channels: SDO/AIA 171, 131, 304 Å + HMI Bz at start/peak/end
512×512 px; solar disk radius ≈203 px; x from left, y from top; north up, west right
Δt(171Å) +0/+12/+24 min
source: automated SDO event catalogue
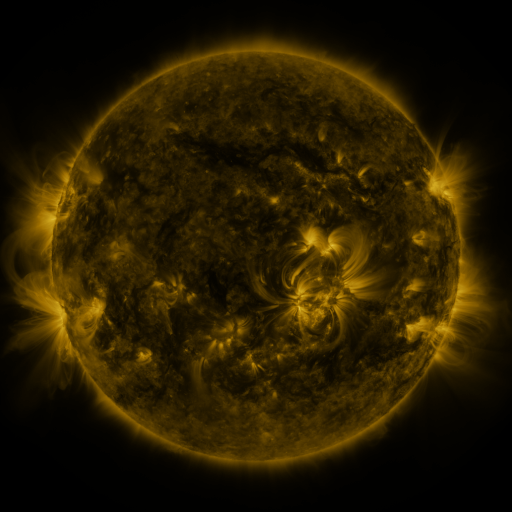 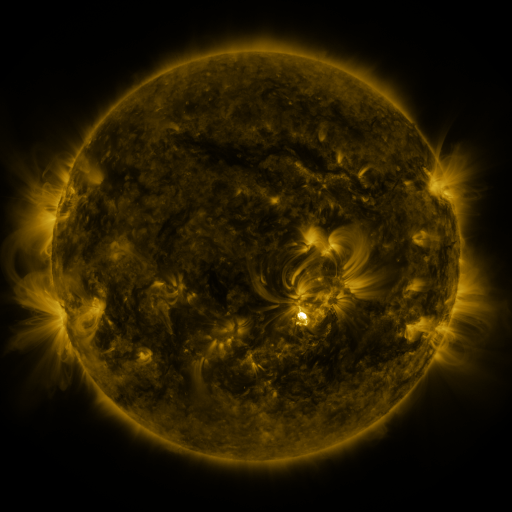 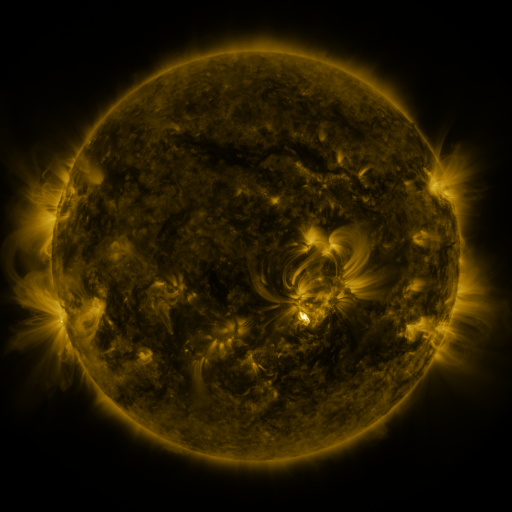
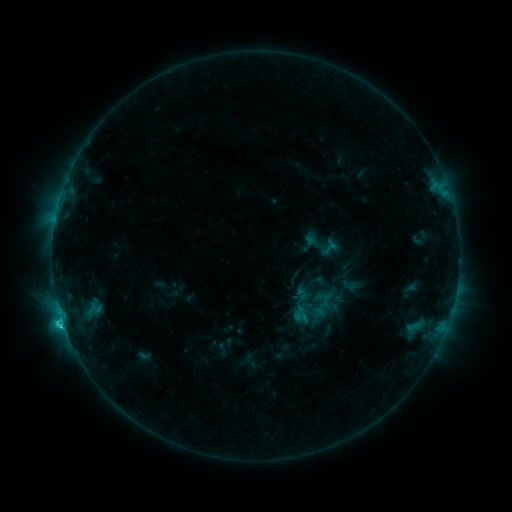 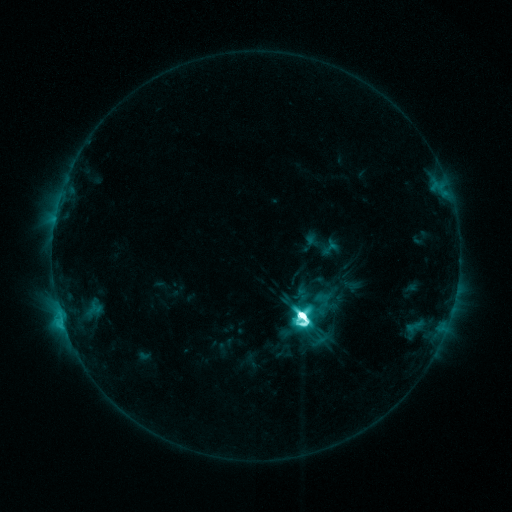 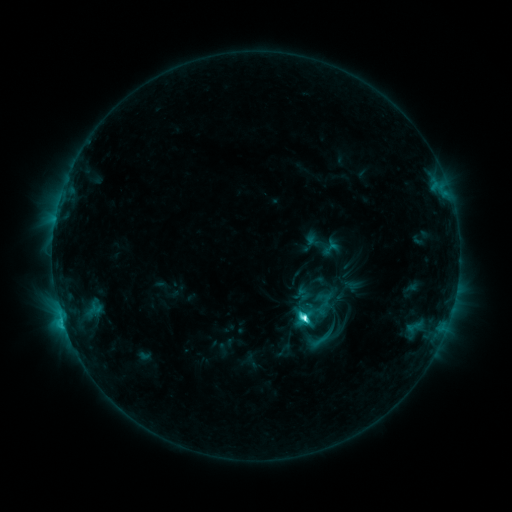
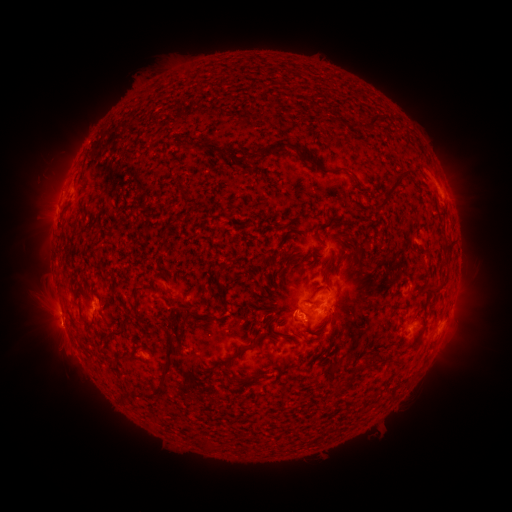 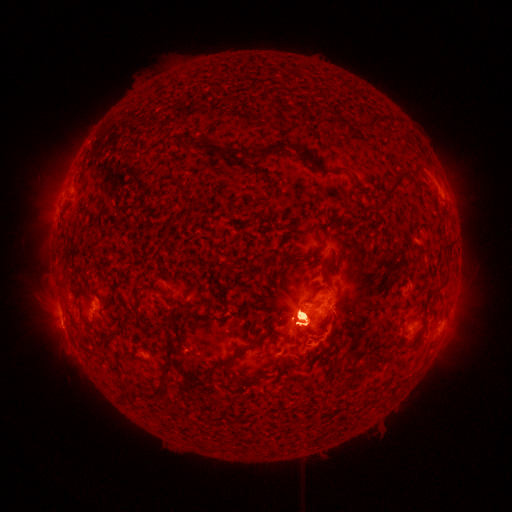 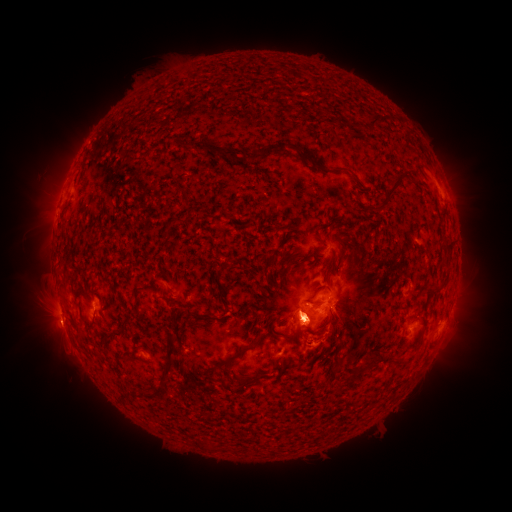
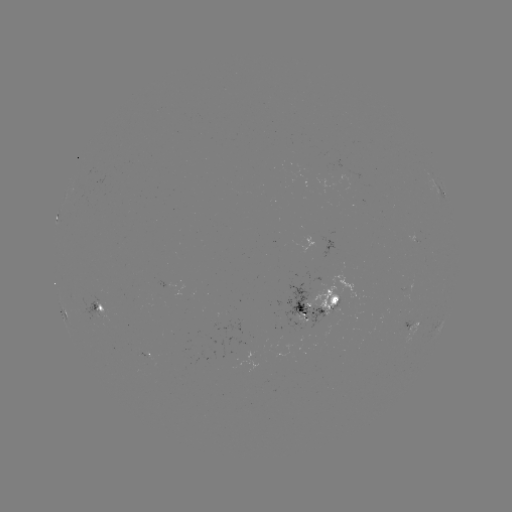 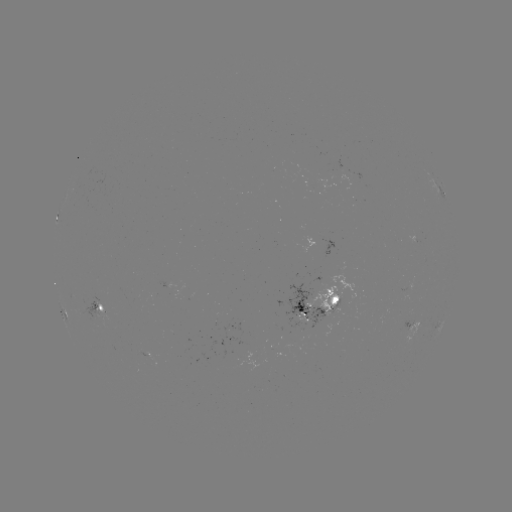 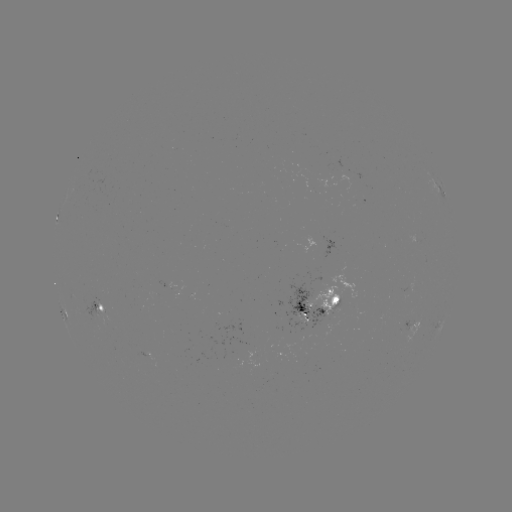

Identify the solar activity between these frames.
eruption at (301, 314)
